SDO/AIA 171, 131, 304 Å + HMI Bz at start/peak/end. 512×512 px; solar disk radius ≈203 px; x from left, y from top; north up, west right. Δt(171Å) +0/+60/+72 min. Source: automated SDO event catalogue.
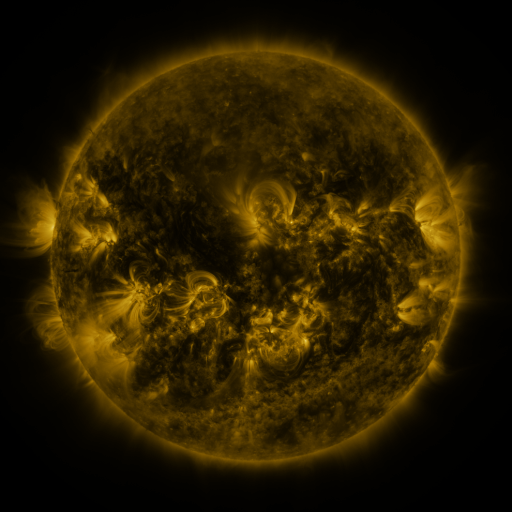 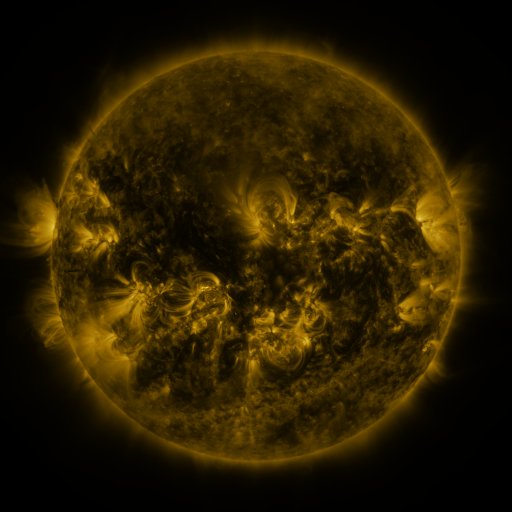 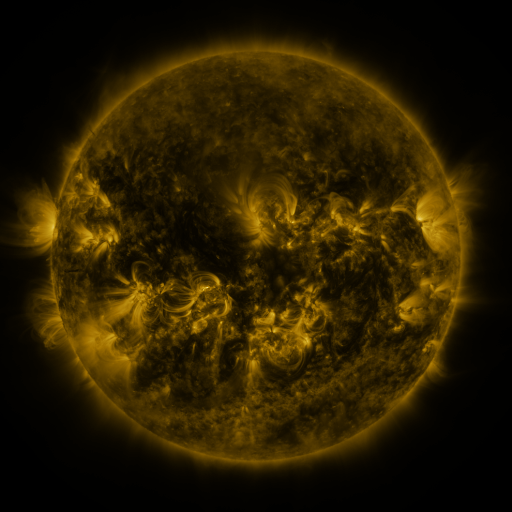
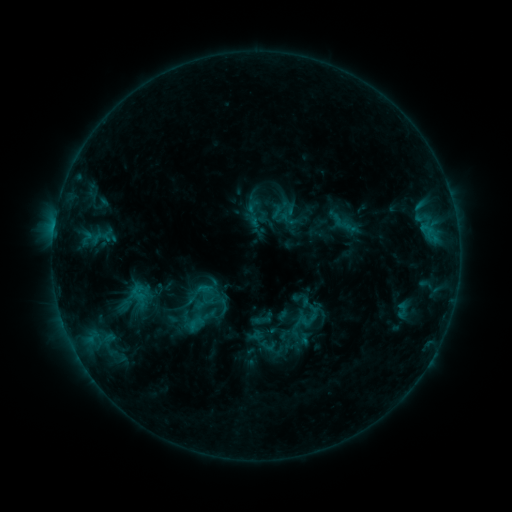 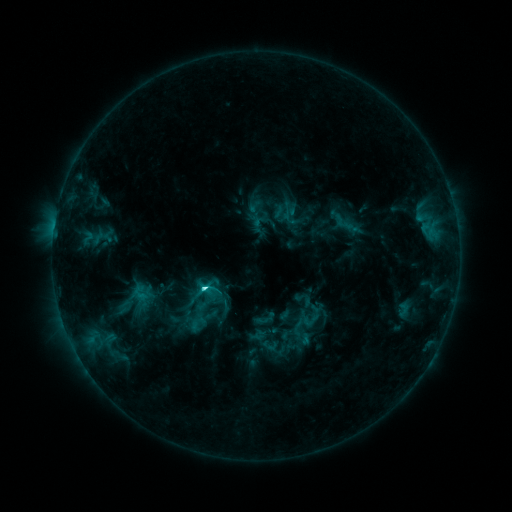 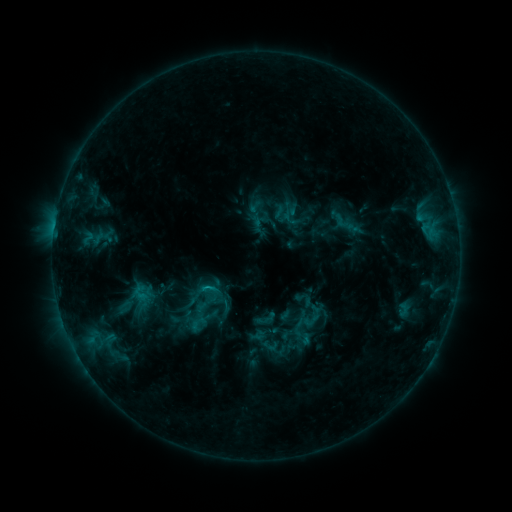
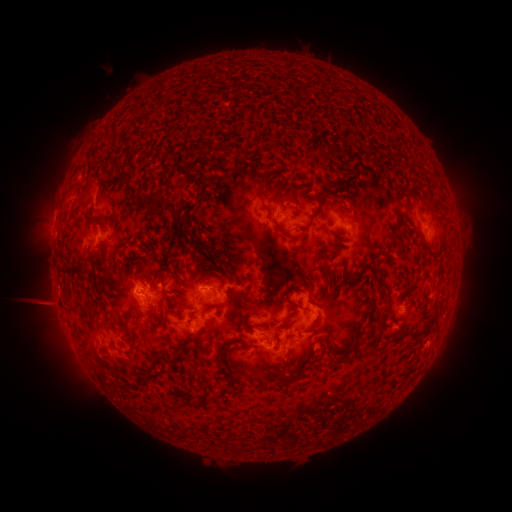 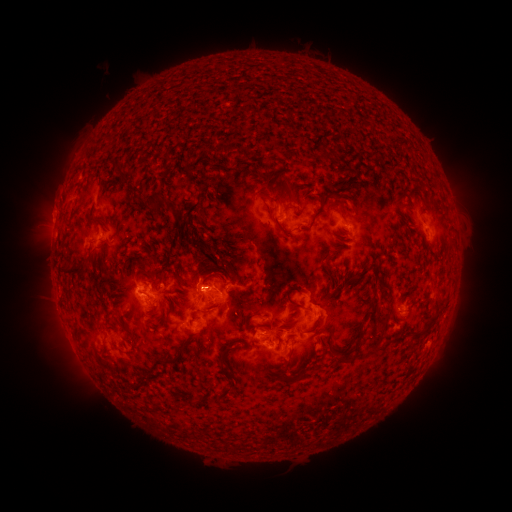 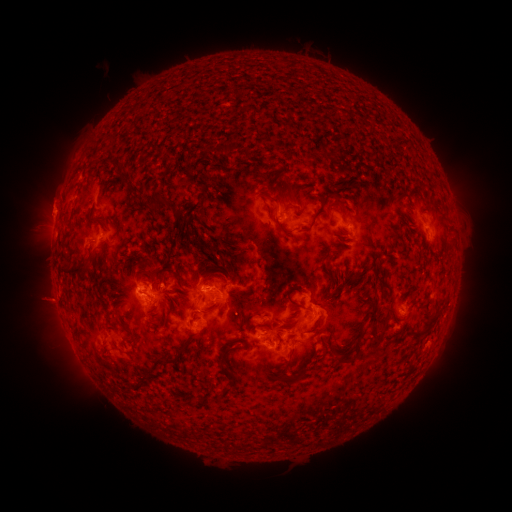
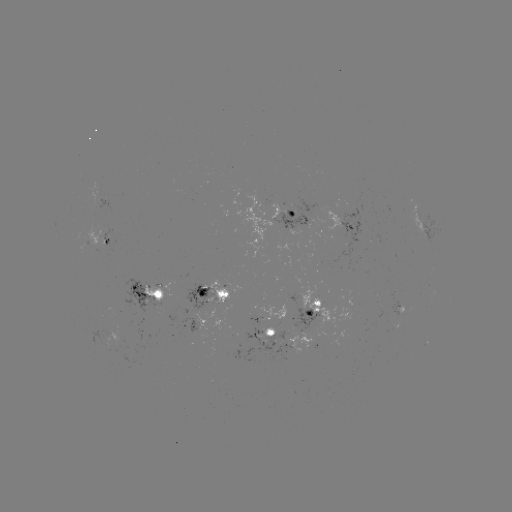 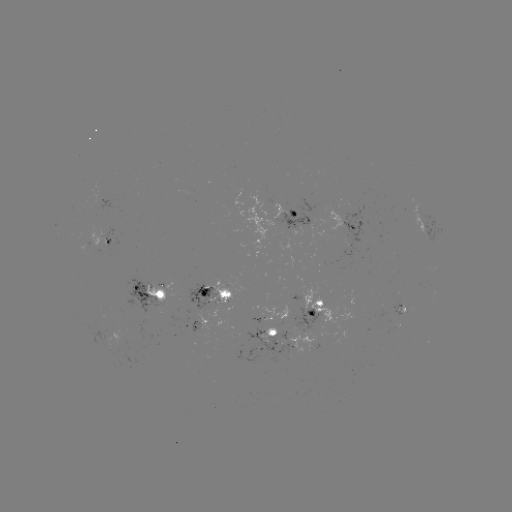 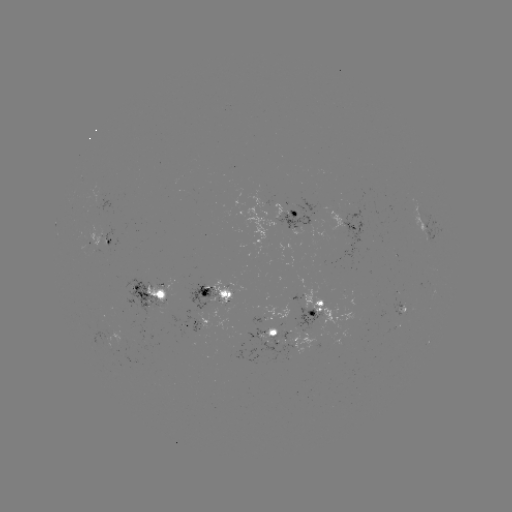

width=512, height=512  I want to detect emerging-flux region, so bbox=[88, 182, 105, 205].